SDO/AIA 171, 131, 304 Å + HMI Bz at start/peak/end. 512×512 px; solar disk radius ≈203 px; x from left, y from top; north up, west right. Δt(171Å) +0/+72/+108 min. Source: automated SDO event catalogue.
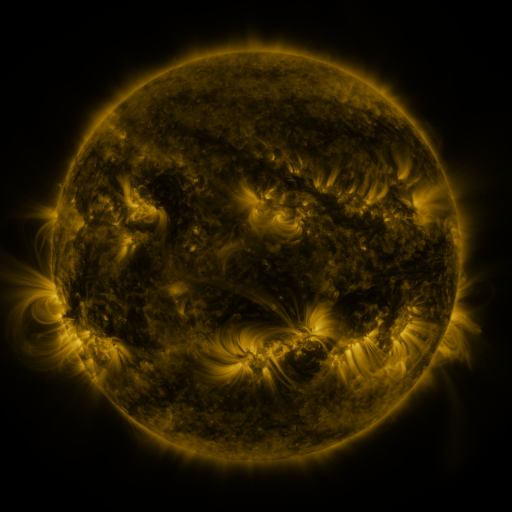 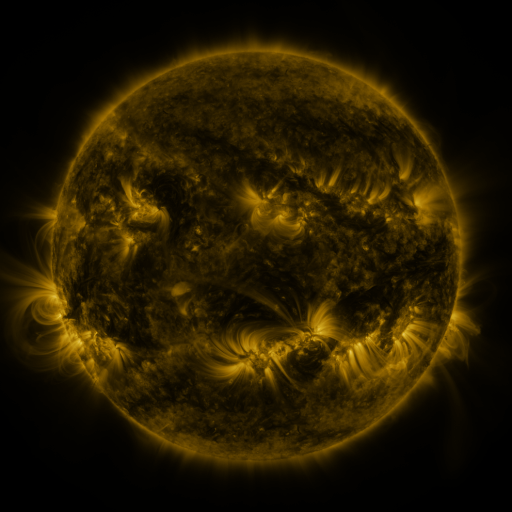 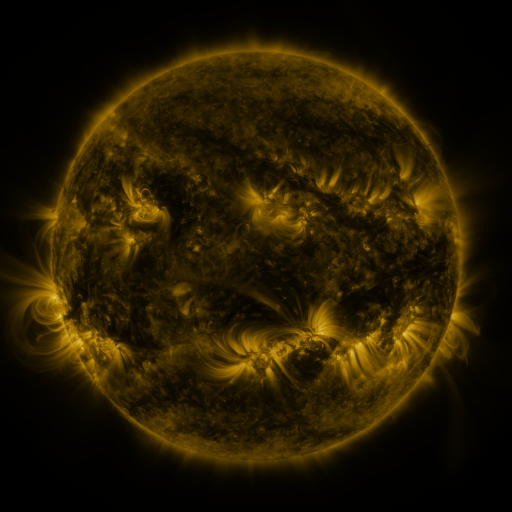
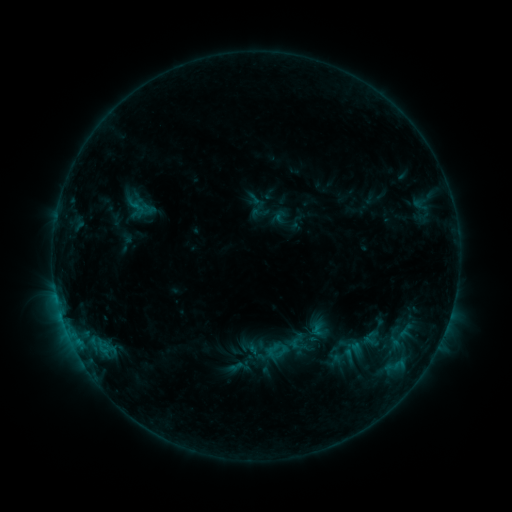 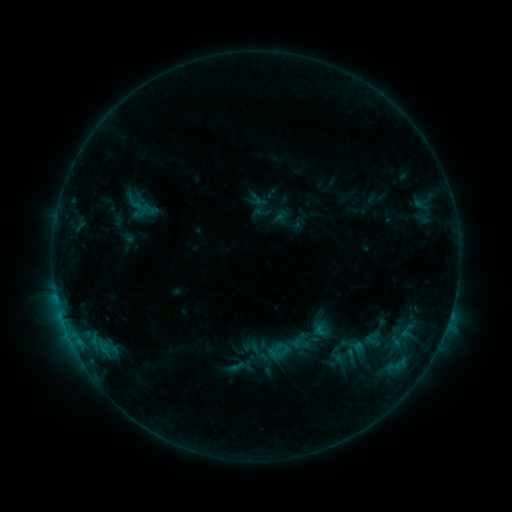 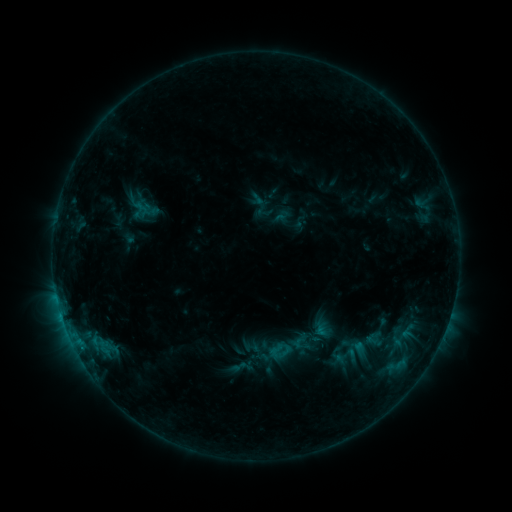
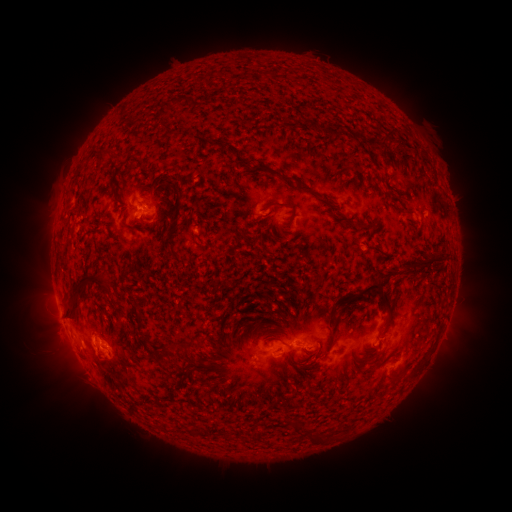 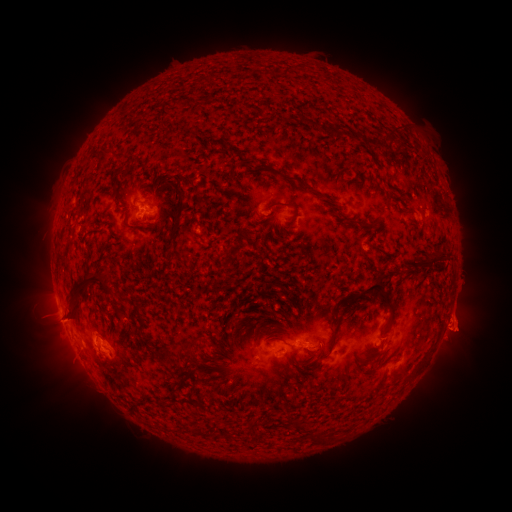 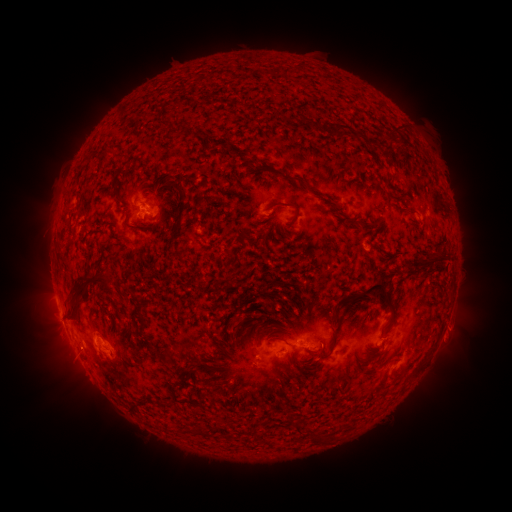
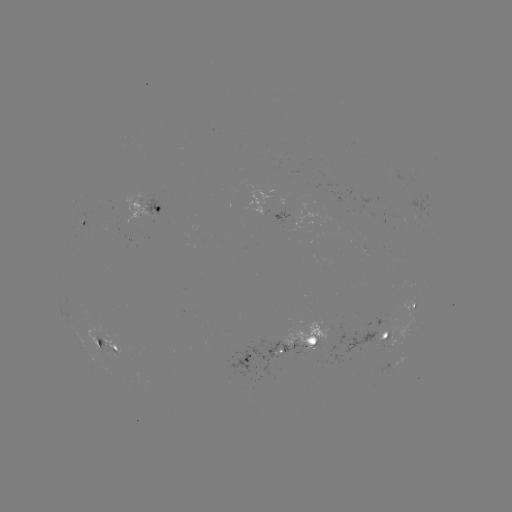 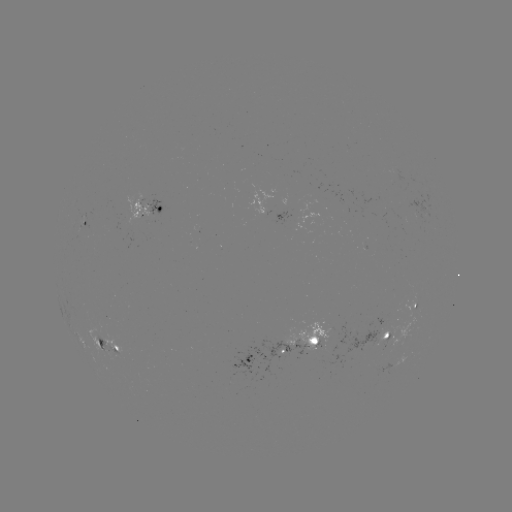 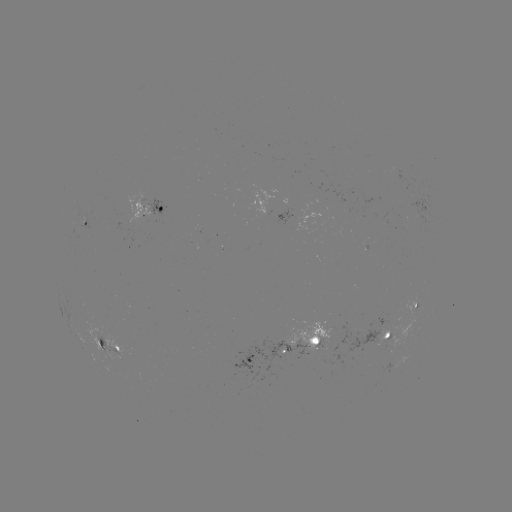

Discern emerging-flux region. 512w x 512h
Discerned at (318, 347).